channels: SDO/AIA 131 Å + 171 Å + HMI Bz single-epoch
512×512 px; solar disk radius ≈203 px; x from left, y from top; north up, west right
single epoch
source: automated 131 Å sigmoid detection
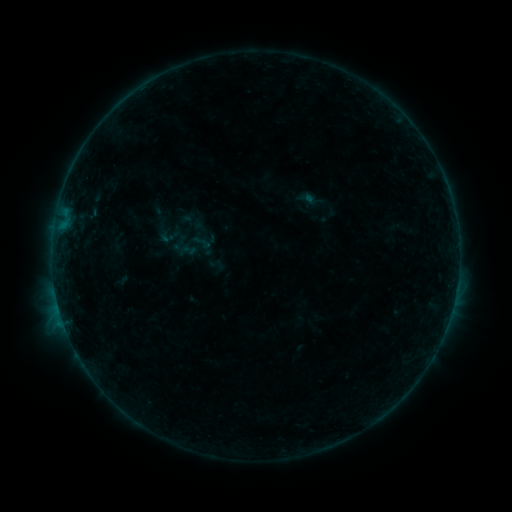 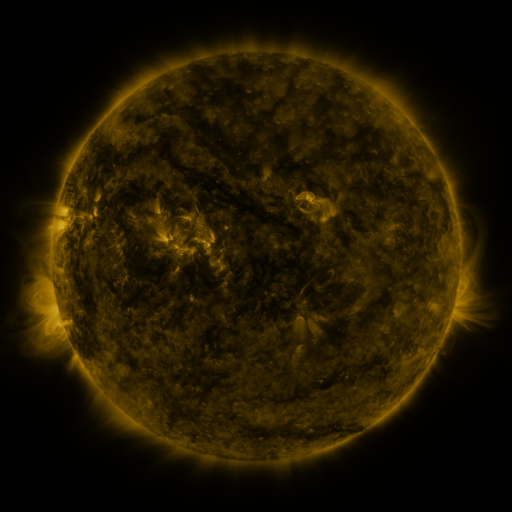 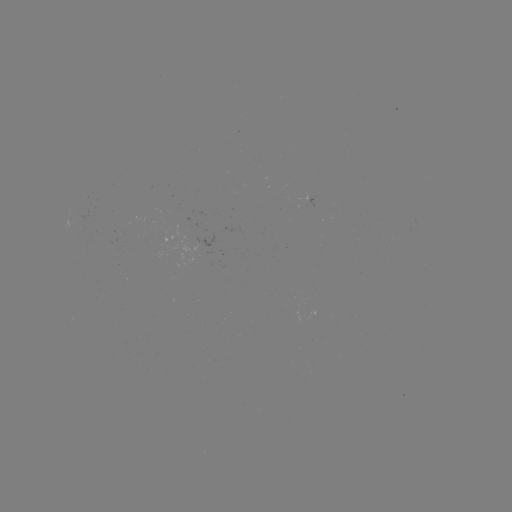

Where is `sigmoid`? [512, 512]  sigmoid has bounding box [207, 255, 225, 274].